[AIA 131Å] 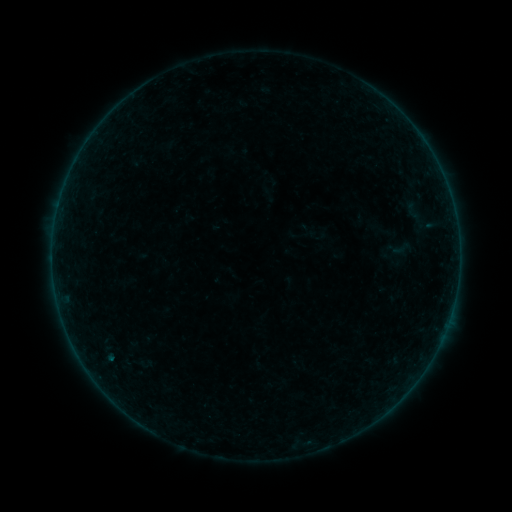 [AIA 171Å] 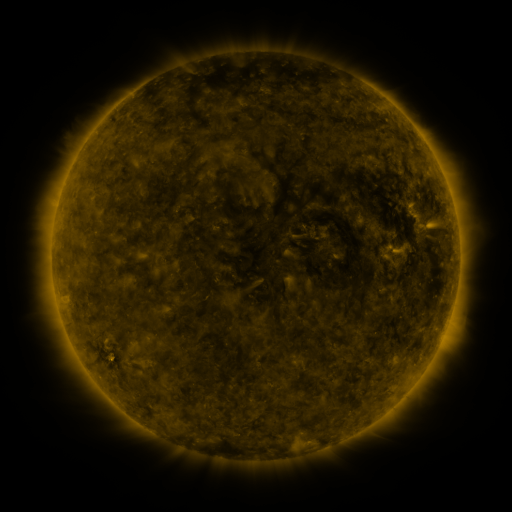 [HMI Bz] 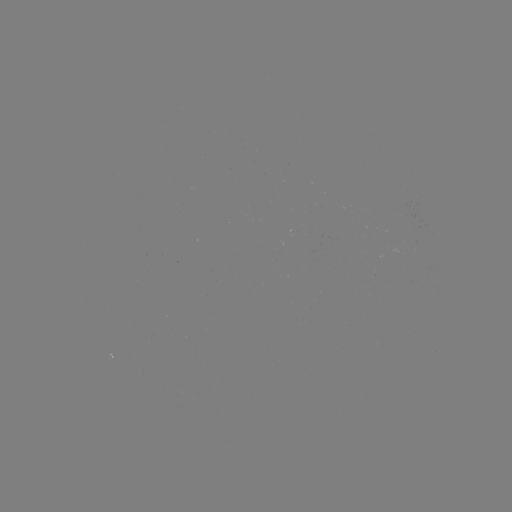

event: sigmoid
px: (401, 248)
